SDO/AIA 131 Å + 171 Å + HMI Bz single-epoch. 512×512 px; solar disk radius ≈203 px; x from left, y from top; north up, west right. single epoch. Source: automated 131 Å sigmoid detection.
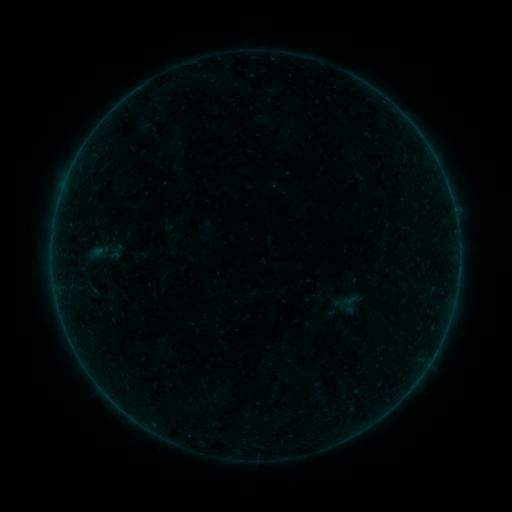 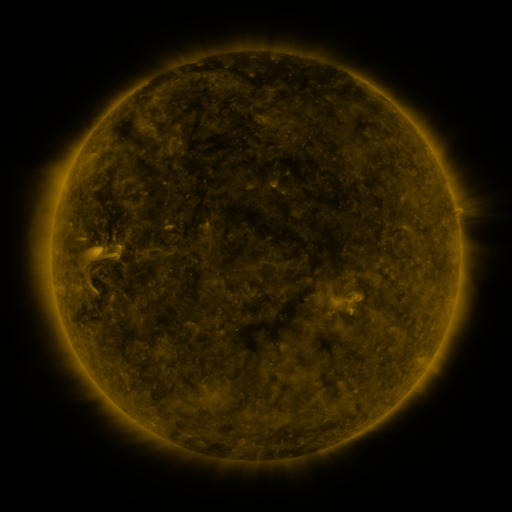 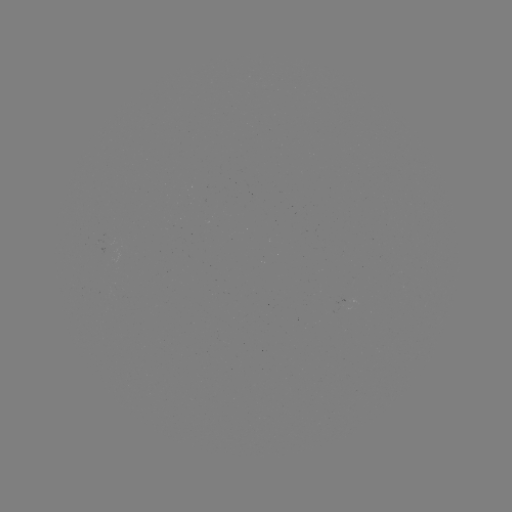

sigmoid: (335, 291, 362, 317)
